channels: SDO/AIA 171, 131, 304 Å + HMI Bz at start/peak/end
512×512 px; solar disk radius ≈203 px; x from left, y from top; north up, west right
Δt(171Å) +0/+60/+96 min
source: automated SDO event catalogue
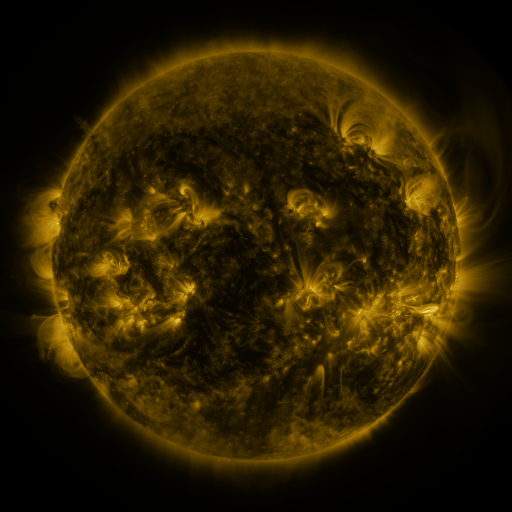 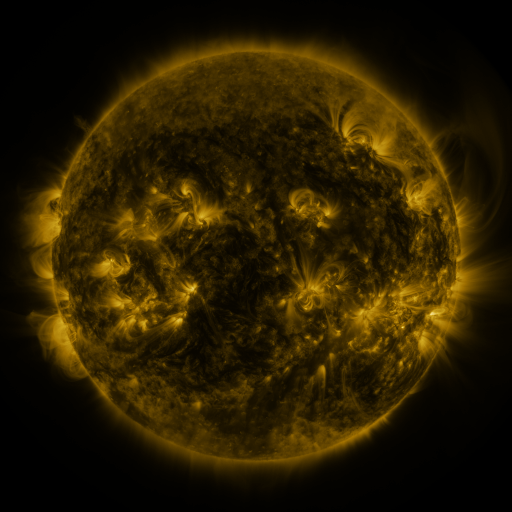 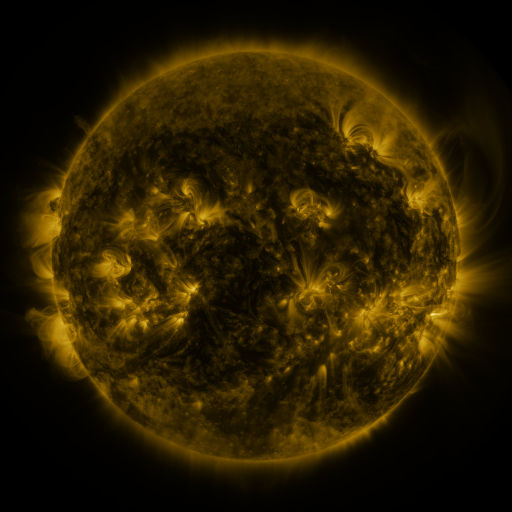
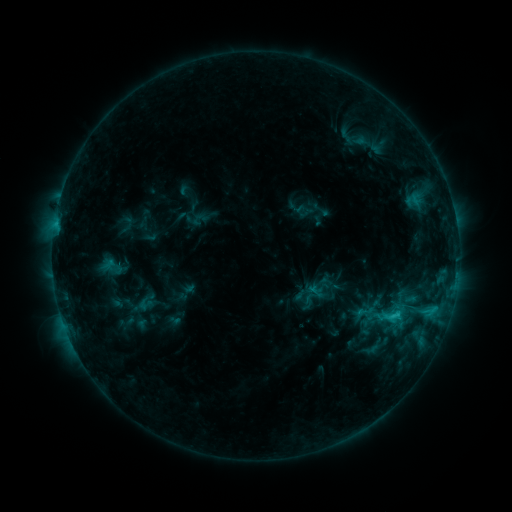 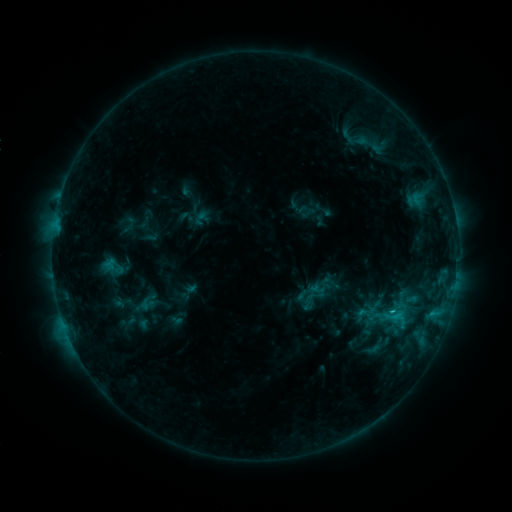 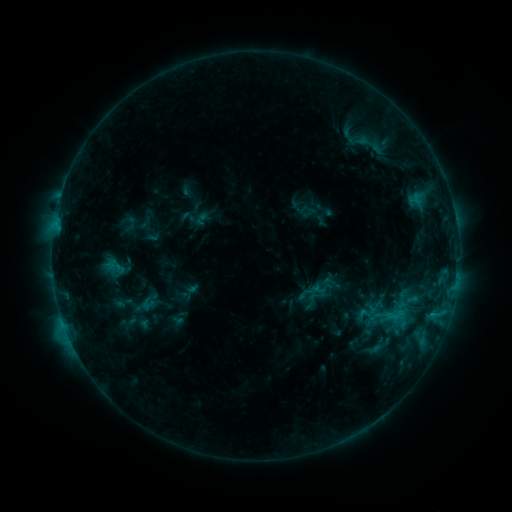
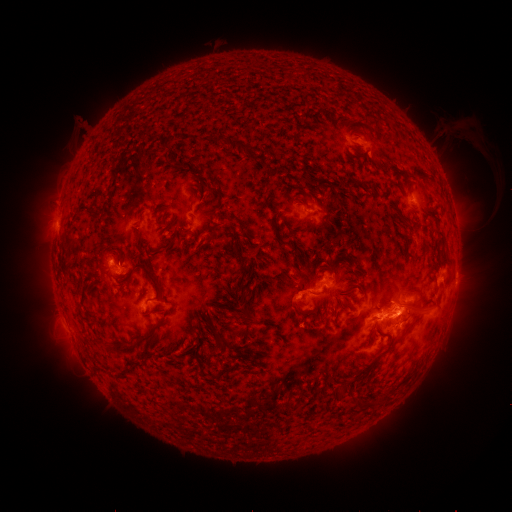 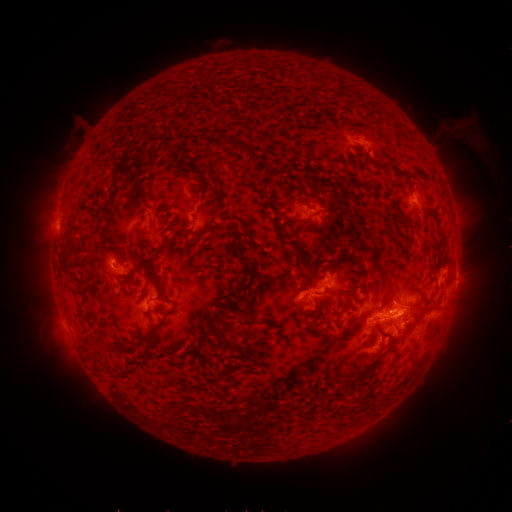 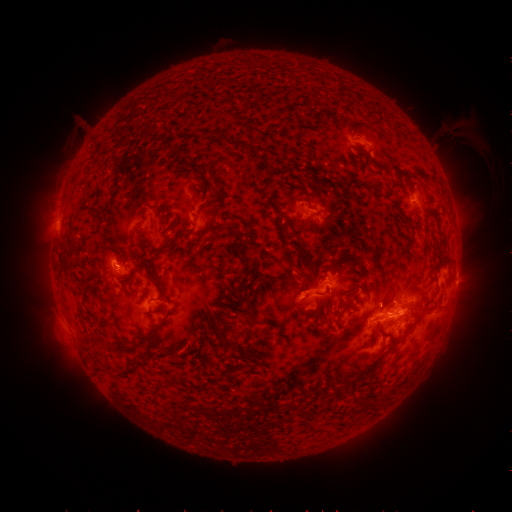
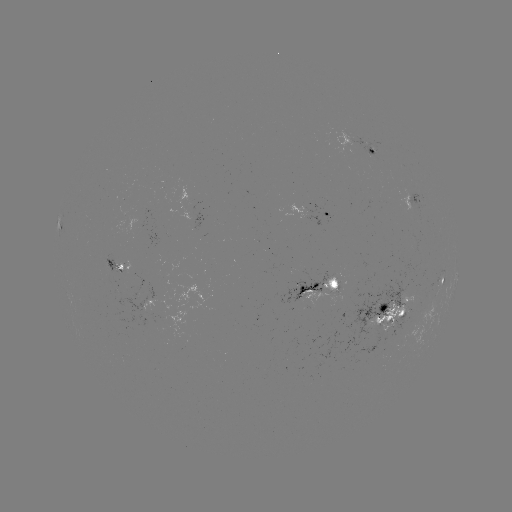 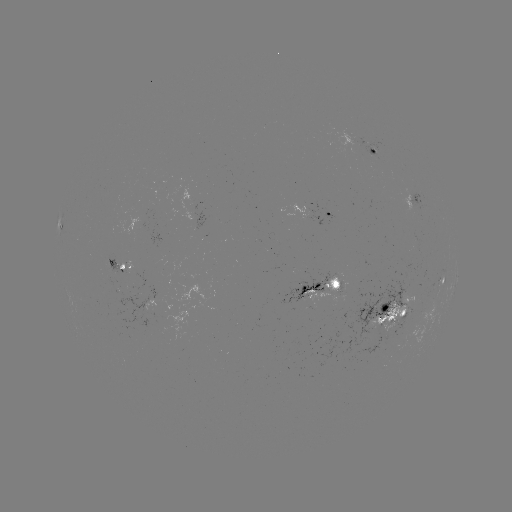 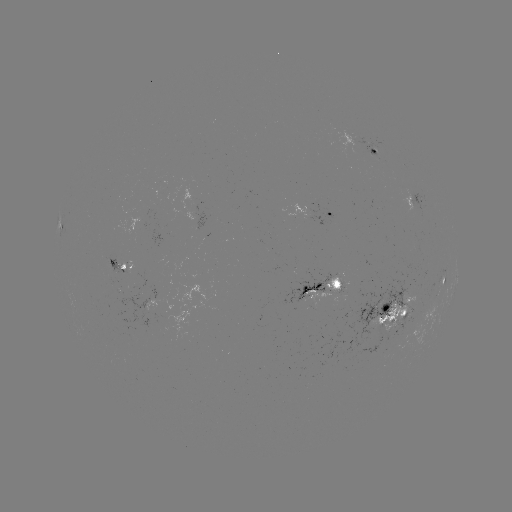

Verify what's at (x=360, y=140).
emerging-flux region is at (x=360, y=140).